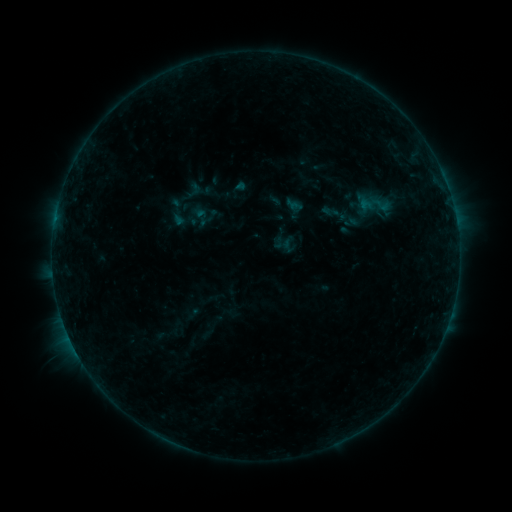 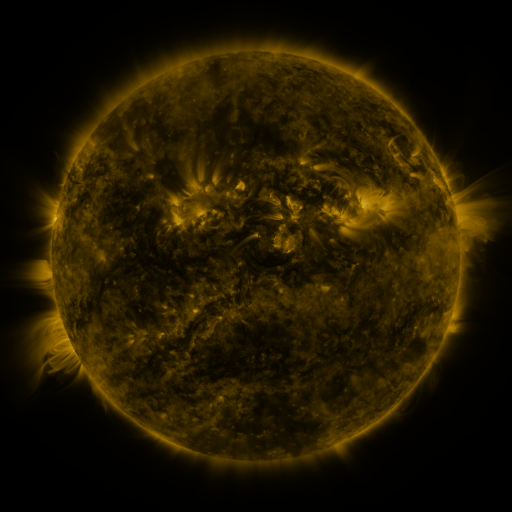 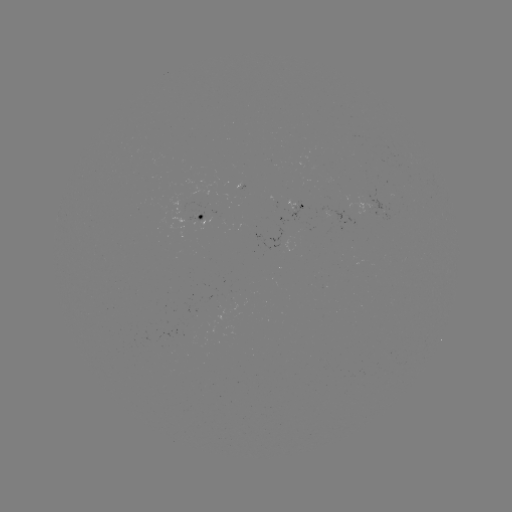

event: sigmoid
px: (381, 204)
